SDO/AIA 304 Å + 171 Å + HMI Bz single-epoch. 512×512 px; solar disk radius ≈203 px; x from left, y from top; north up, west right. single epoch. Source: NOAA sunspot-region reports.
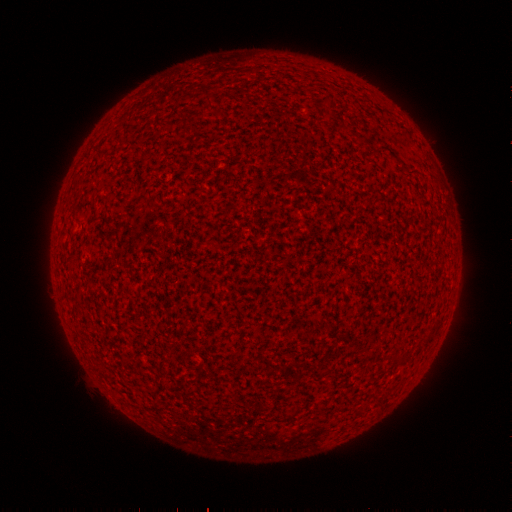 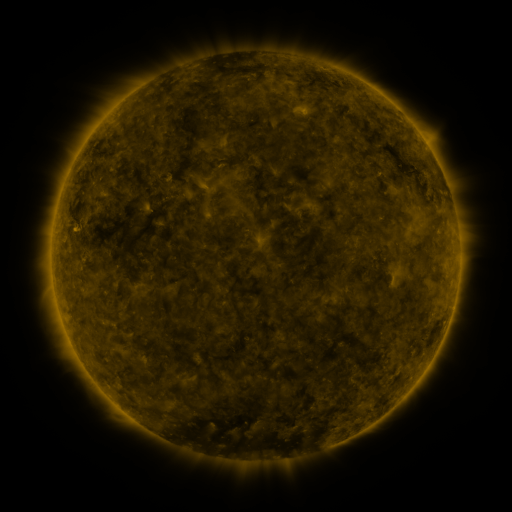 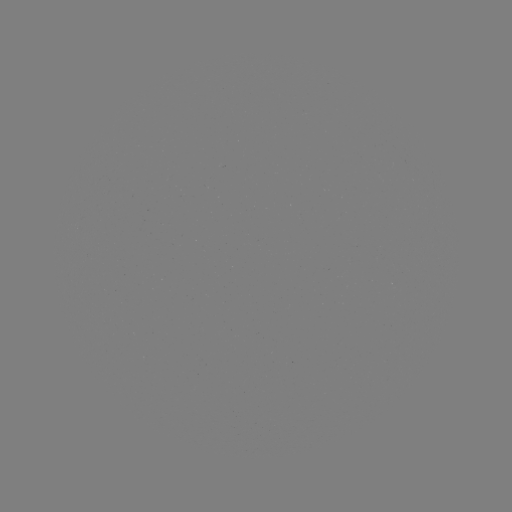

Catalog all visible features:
(none)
